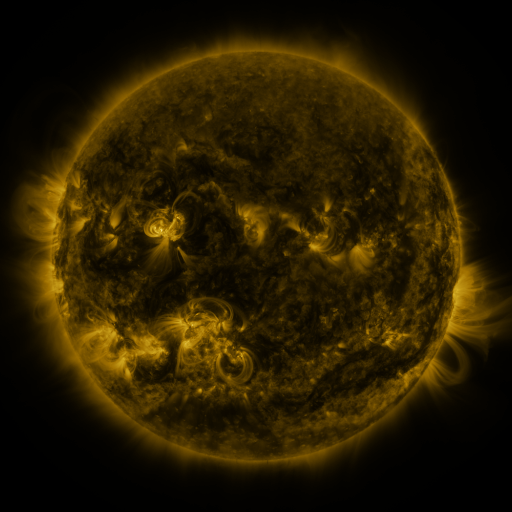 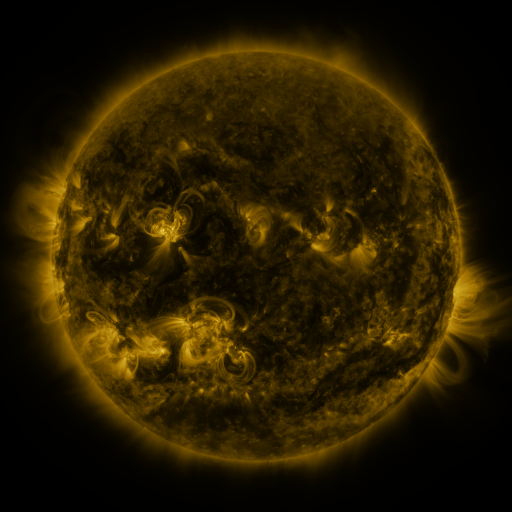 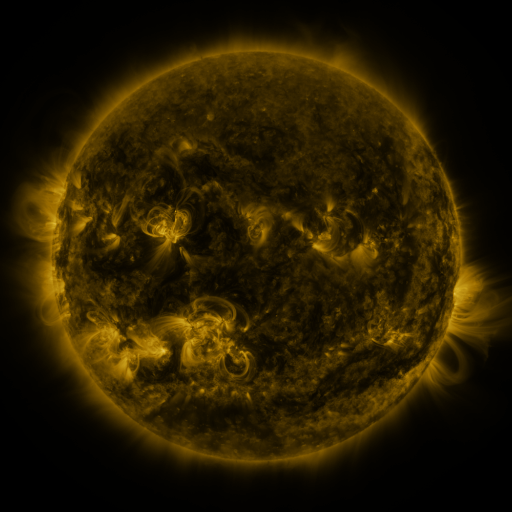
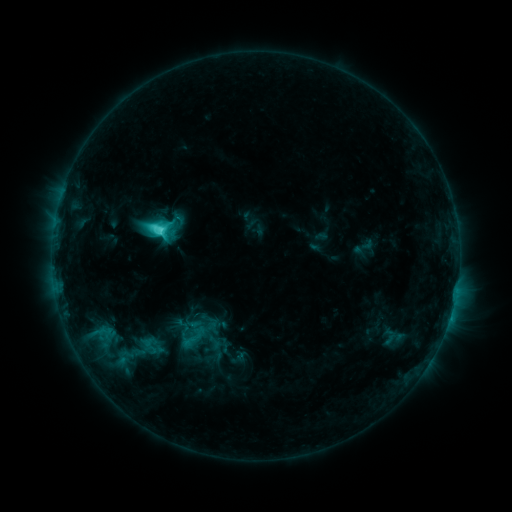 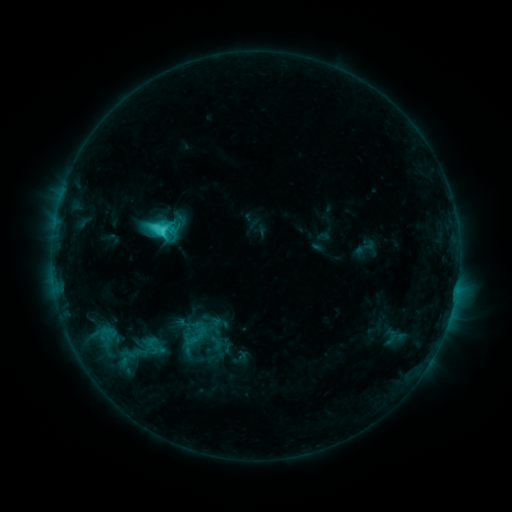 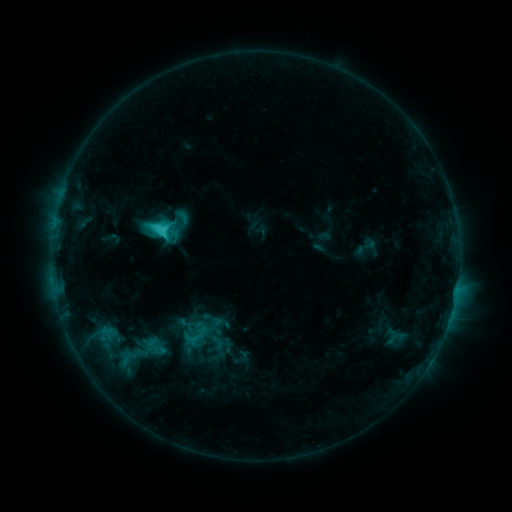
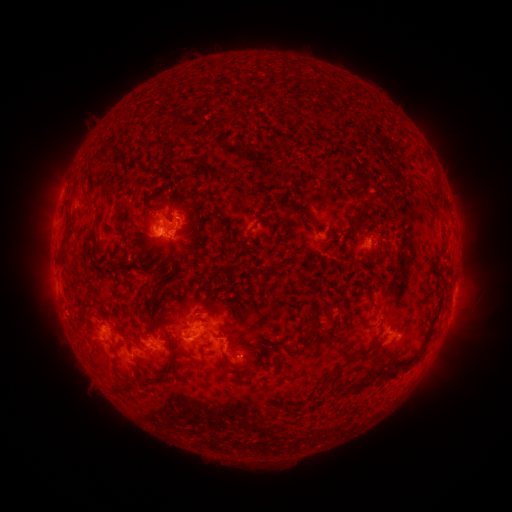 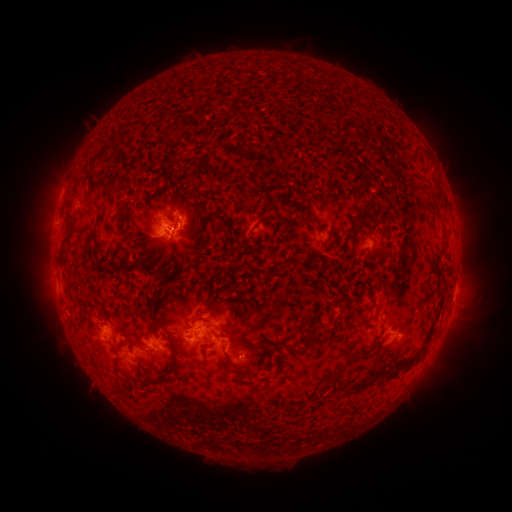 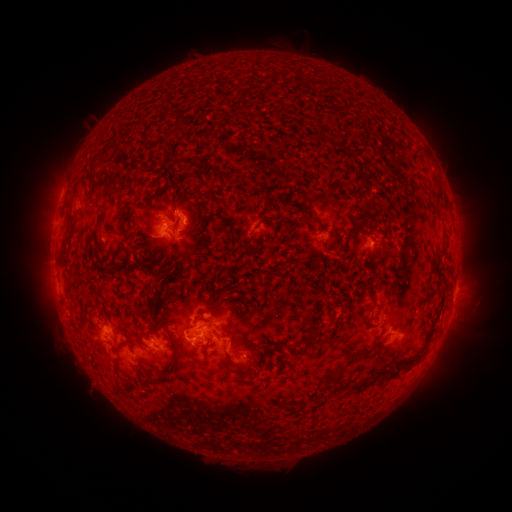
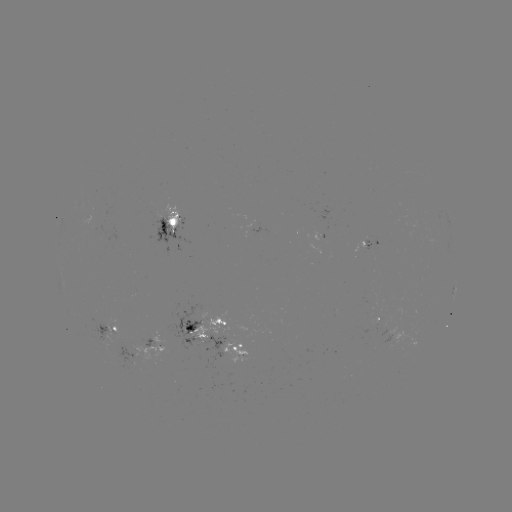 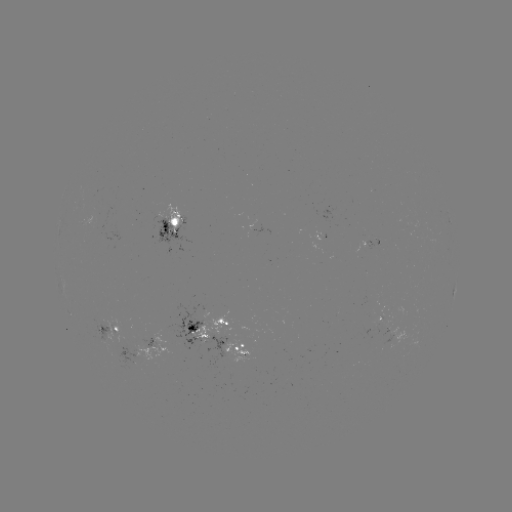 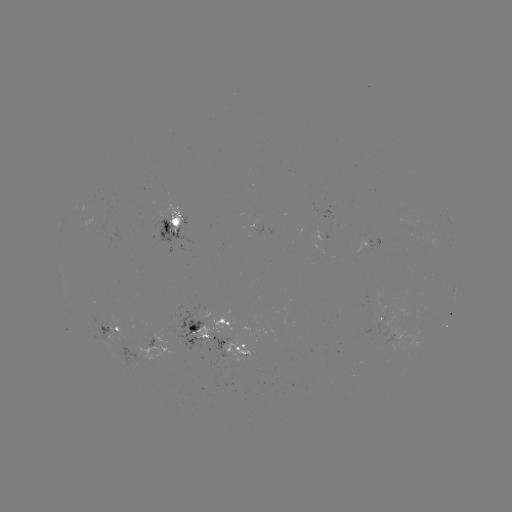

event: emerging-flux region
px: (255, 222)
